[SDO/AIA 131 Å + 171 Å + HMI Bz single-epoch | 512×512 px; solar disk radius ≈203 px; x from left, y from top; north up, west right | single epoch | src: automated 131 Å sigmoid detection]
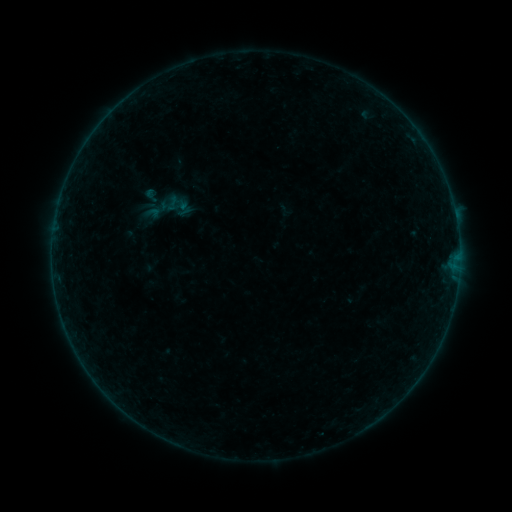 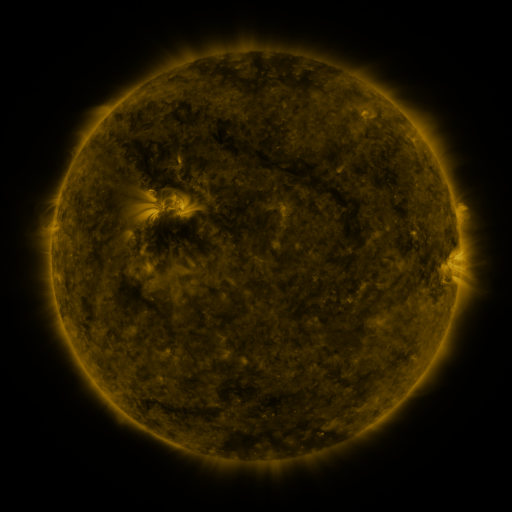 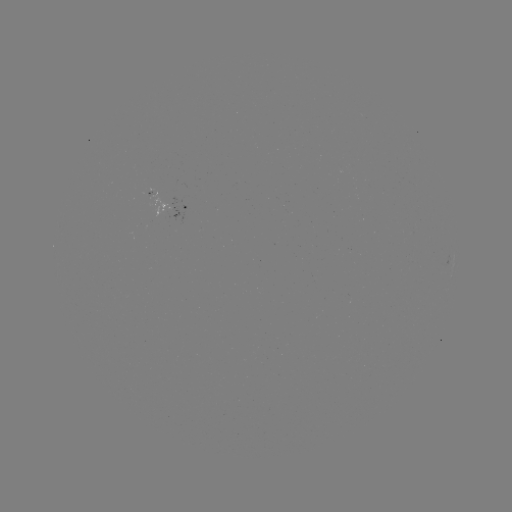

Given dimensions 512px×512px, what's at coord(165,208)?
sigmoid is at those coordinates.